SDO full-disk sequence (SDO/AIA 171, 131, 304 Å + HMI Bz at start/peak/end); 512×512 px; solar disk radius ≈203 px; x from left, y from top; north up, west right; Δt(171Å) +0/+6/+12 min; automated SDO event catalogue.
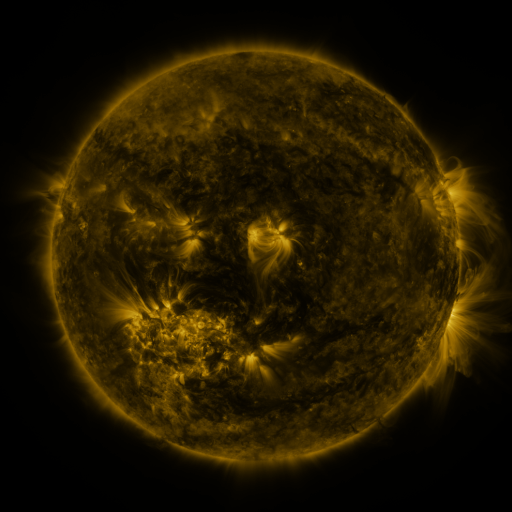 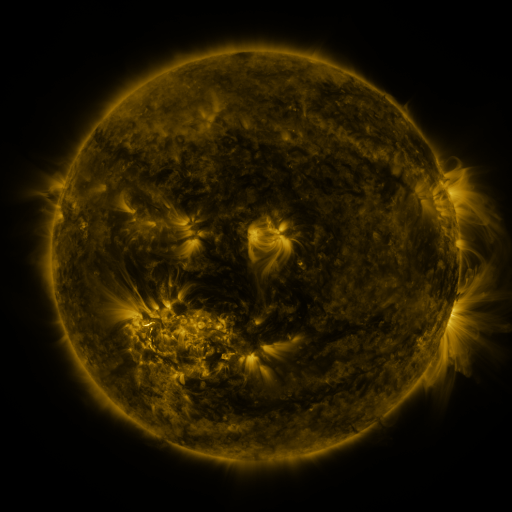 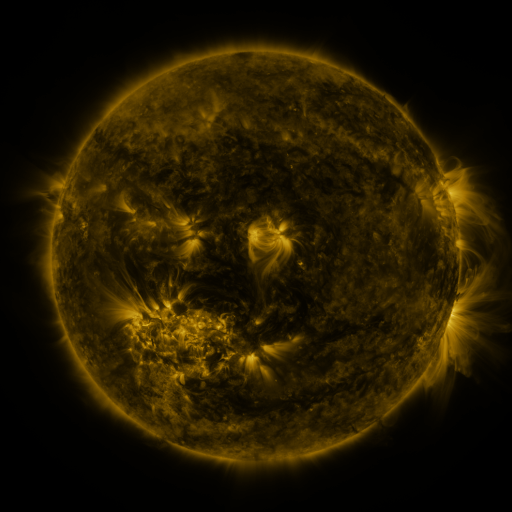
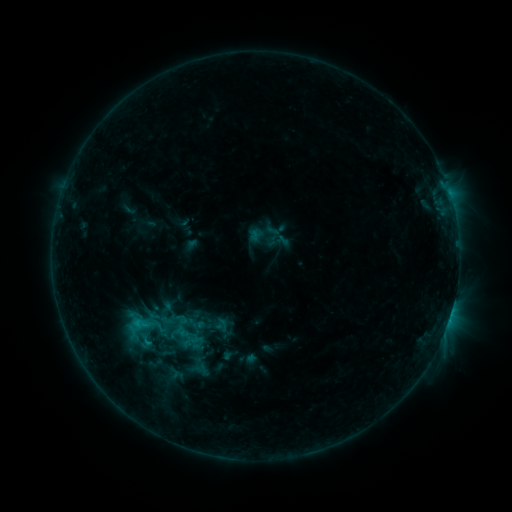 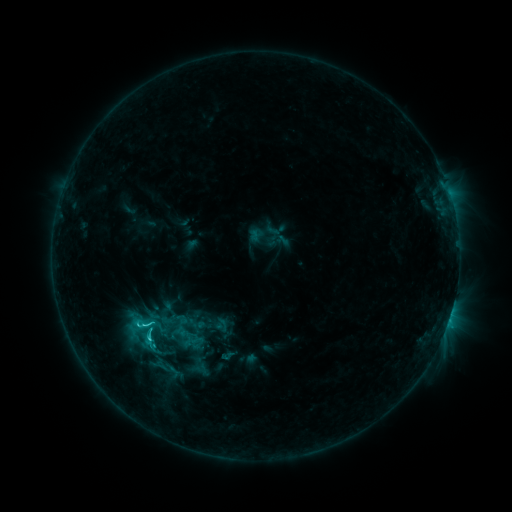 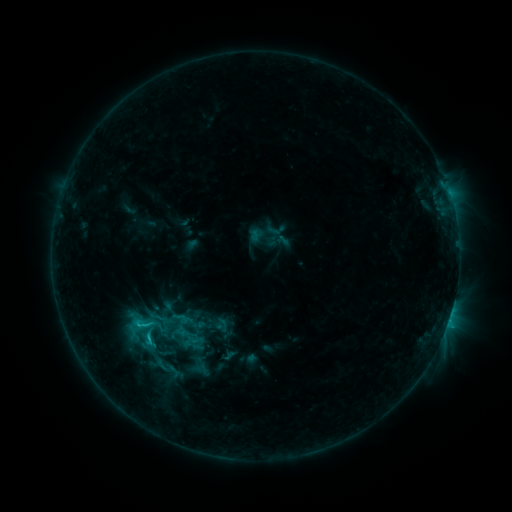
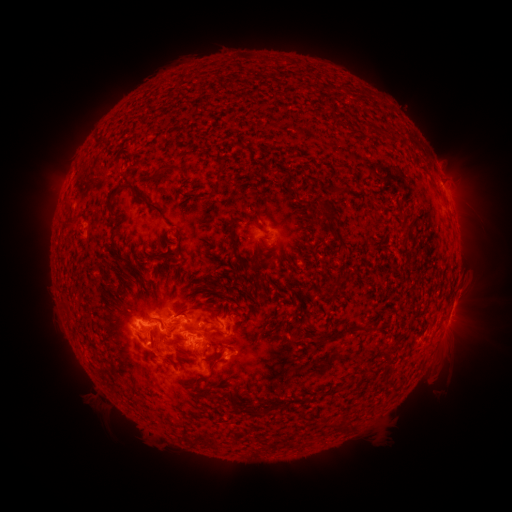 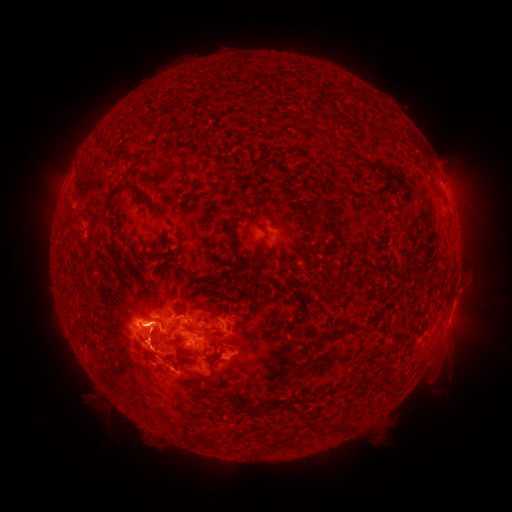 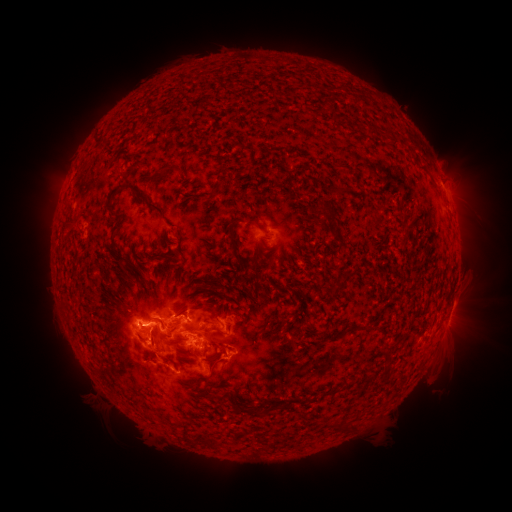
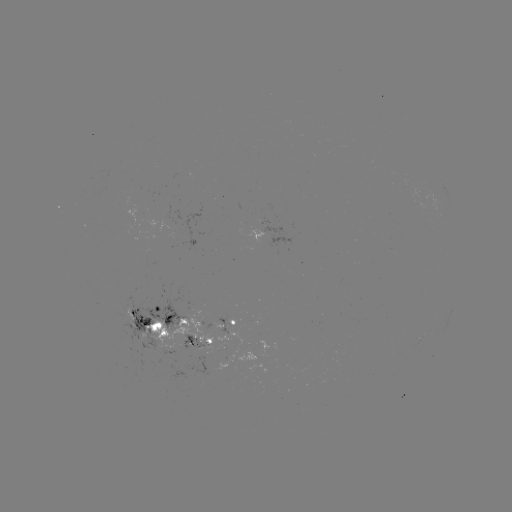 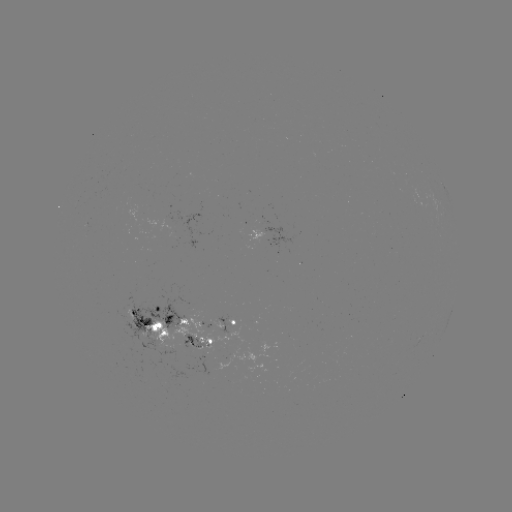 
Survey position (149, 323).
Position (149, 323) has C3.9 flare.